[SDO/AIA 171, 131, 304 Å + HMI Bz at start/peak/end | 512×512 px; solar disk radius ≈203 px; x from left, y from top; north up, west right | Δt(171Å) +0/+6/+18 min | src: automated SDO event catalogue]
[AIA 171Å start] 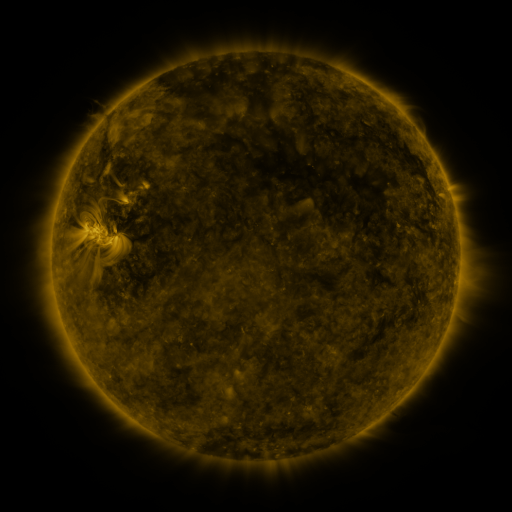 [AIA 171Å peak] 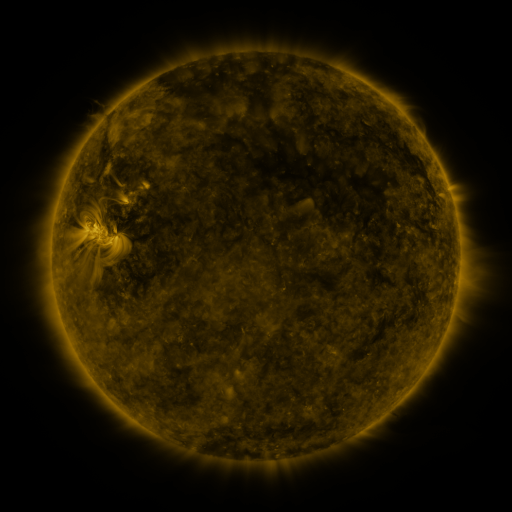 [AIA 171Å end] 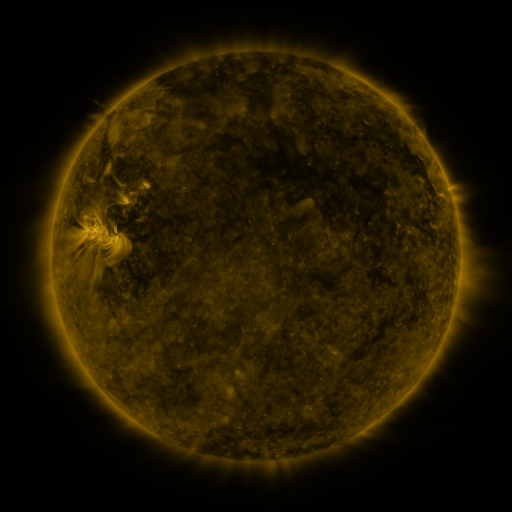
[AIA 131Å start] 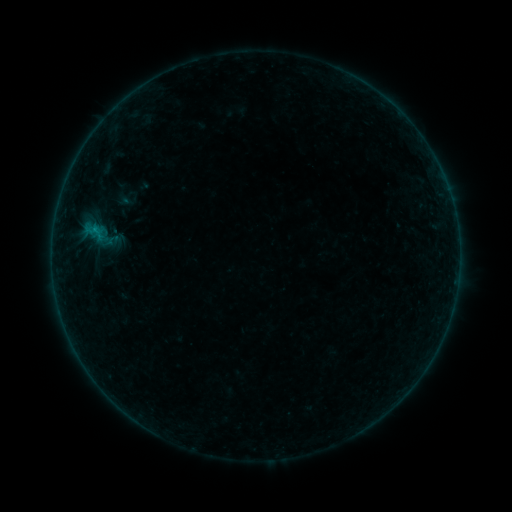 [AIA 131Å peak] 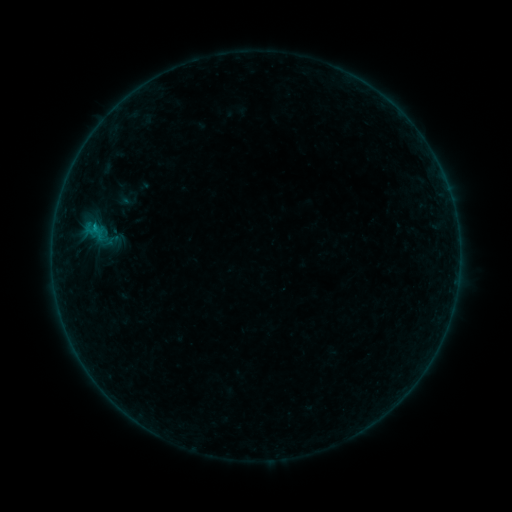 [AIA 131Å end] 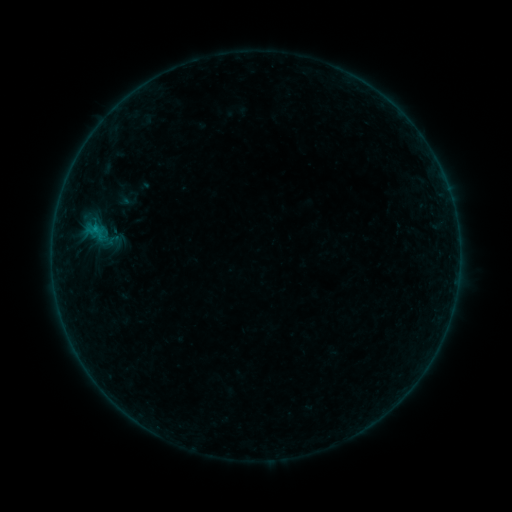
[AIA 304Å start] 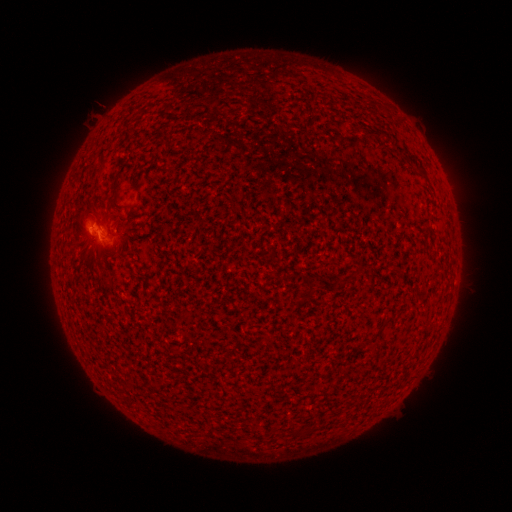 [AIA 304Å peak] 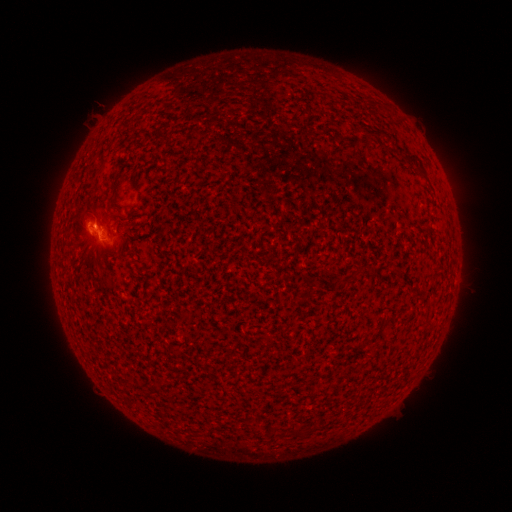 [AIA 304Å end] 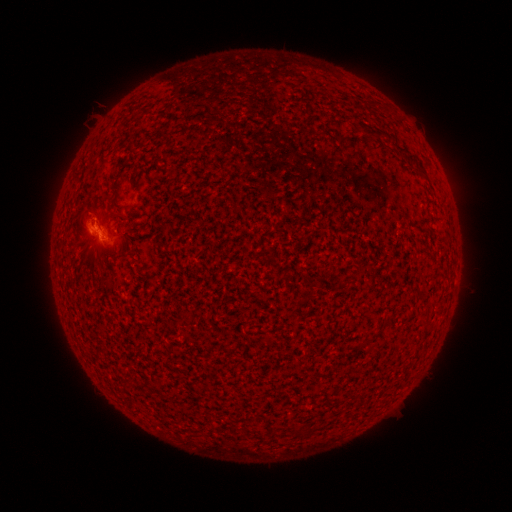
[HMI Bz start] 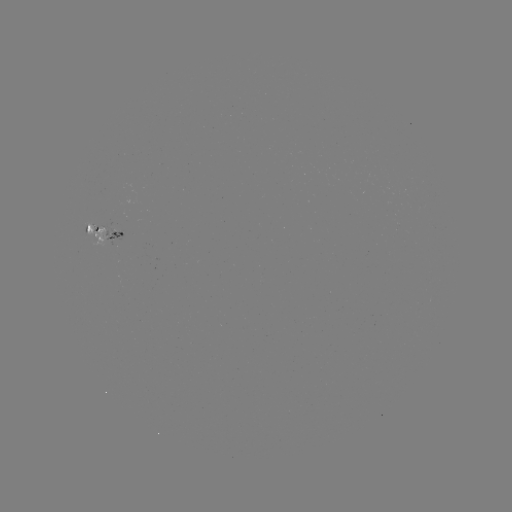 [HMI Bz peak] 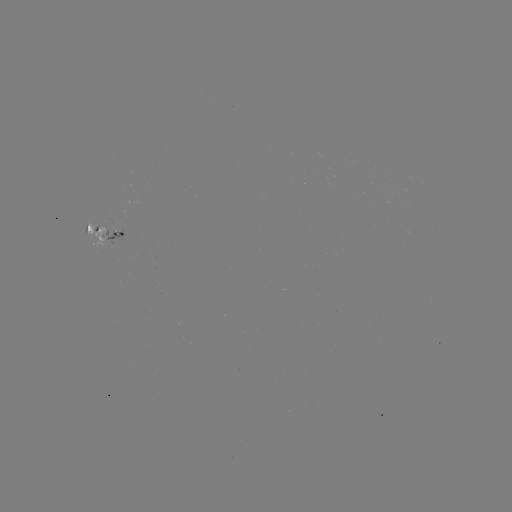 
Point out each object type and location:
B2.1 flare: (96, 227)
